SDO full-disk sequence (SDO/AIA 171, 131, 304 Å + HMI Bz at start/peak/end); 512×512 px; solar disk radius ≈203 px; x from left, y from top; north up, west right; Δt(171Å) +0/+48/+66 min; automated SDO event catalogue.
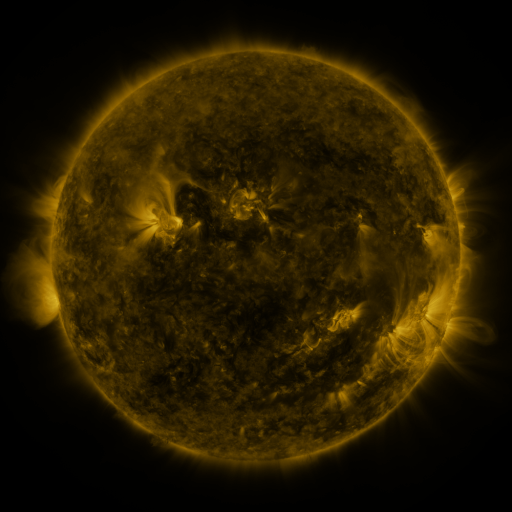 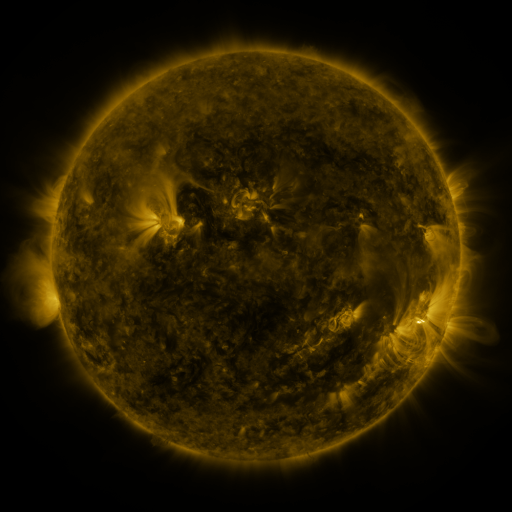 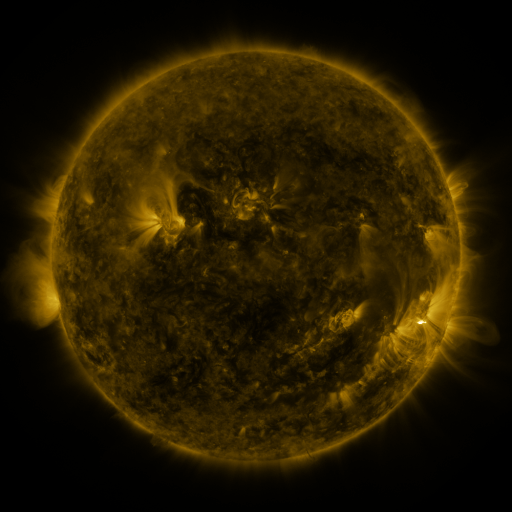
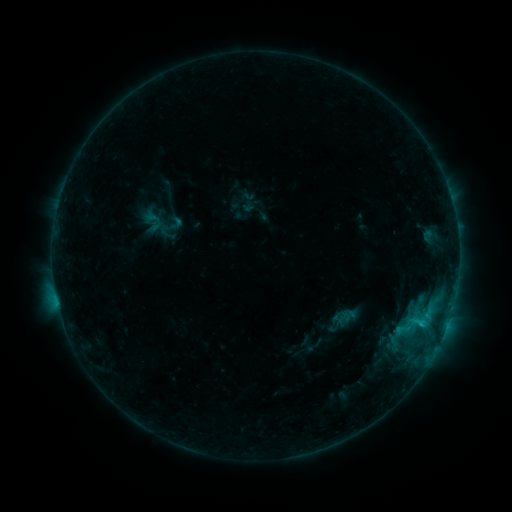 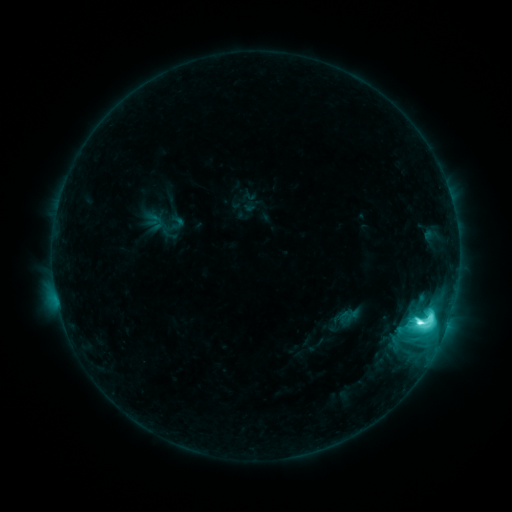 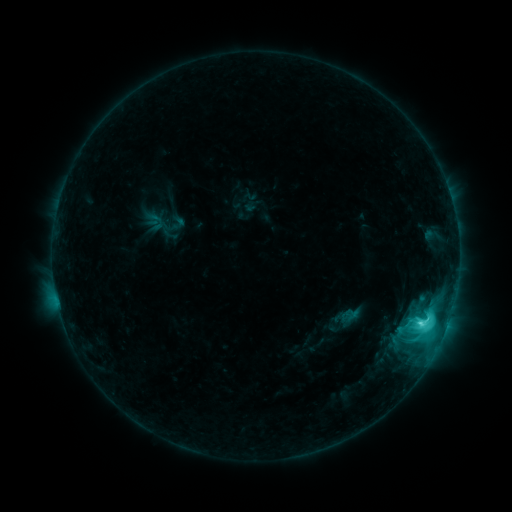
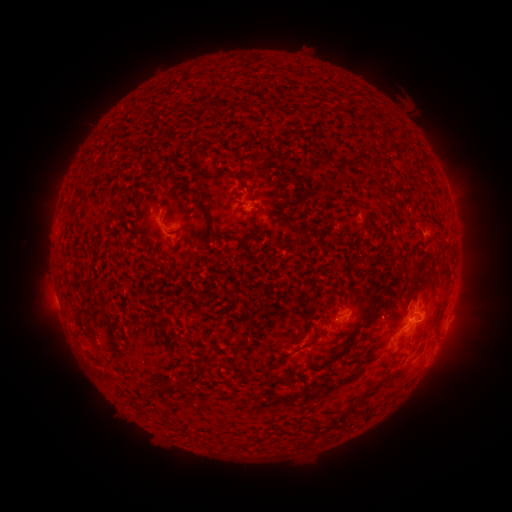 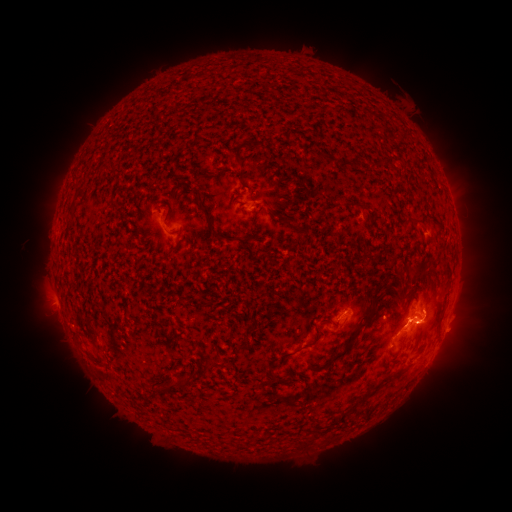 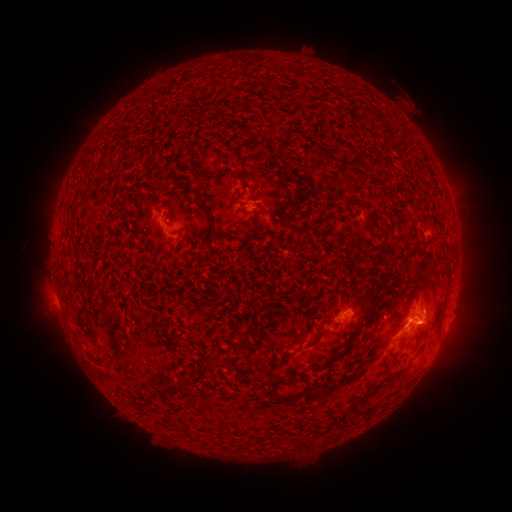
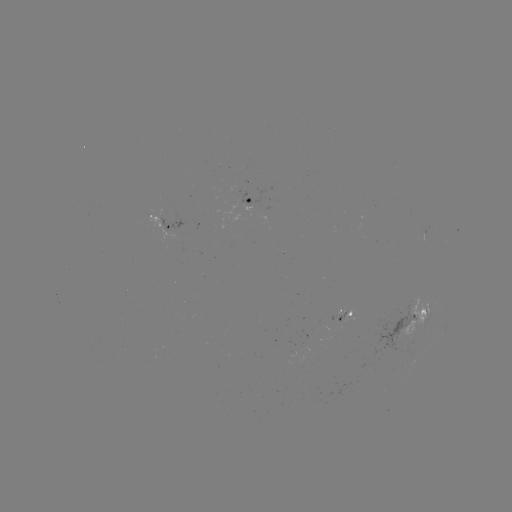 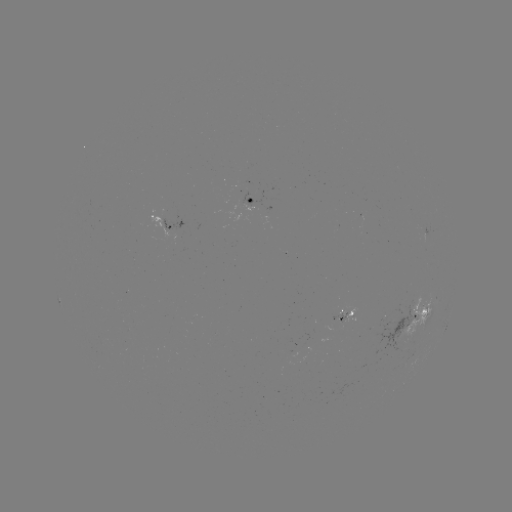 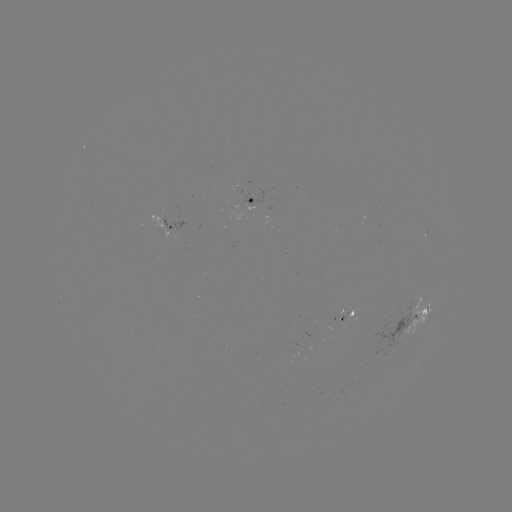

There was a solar flare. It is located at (419, 322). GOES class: M1.2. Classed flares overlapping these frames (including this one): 1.